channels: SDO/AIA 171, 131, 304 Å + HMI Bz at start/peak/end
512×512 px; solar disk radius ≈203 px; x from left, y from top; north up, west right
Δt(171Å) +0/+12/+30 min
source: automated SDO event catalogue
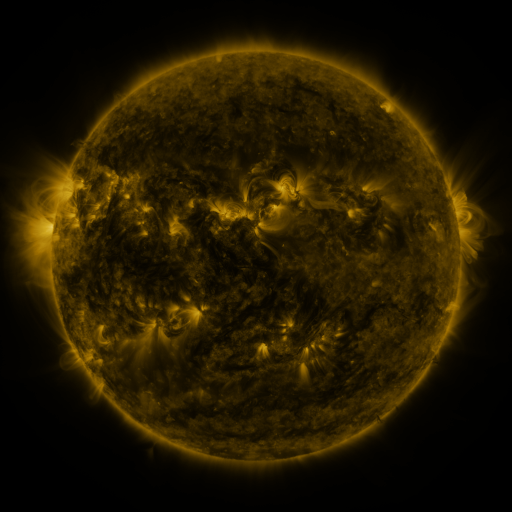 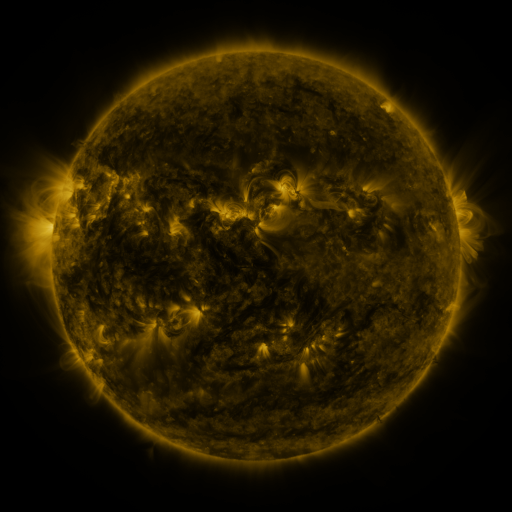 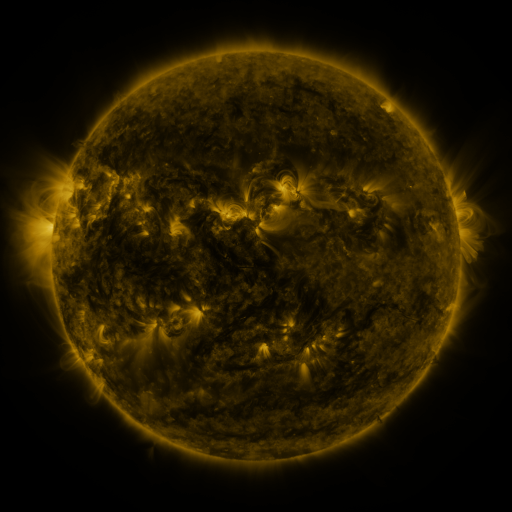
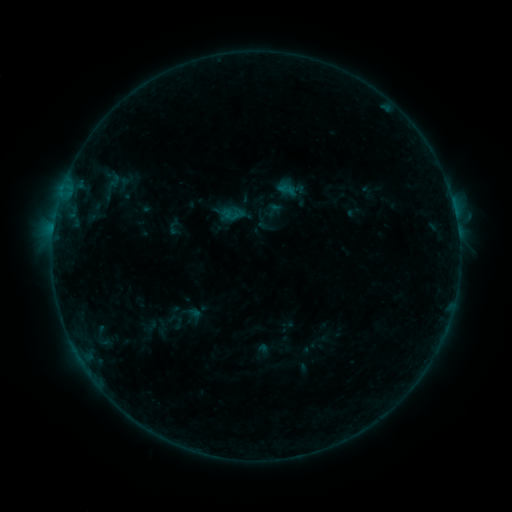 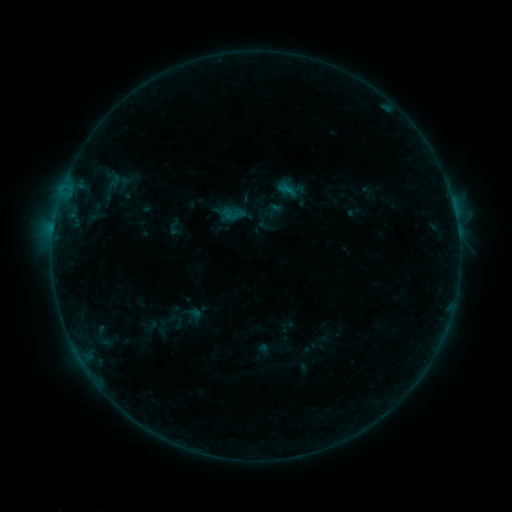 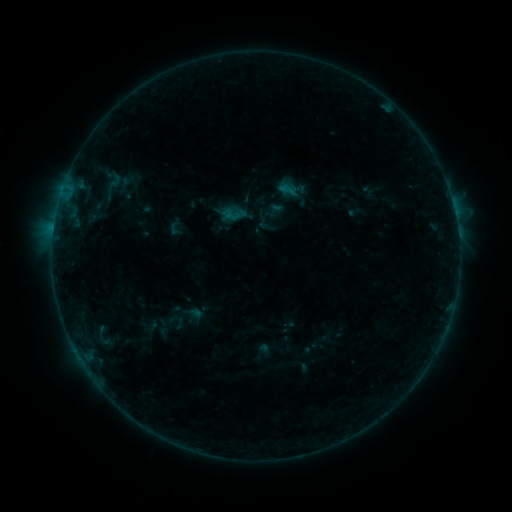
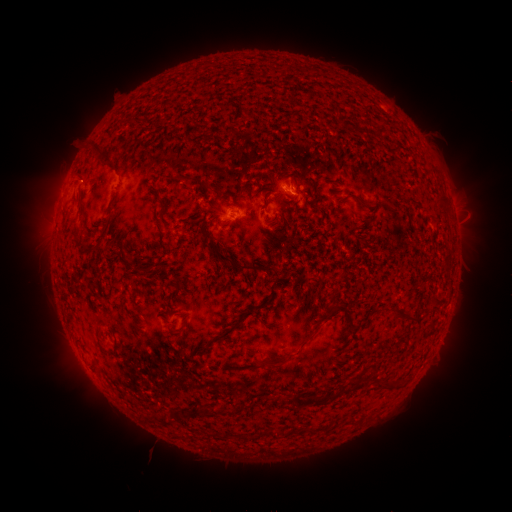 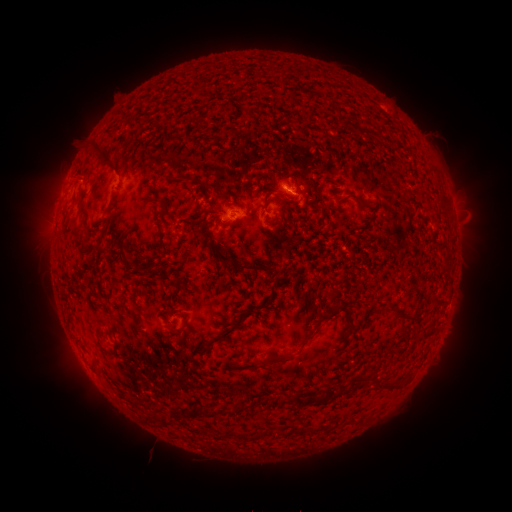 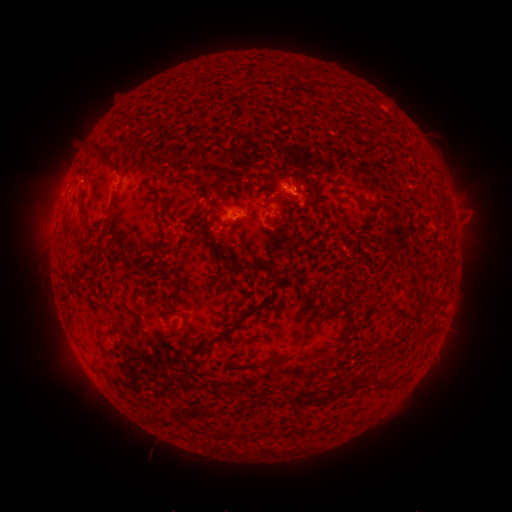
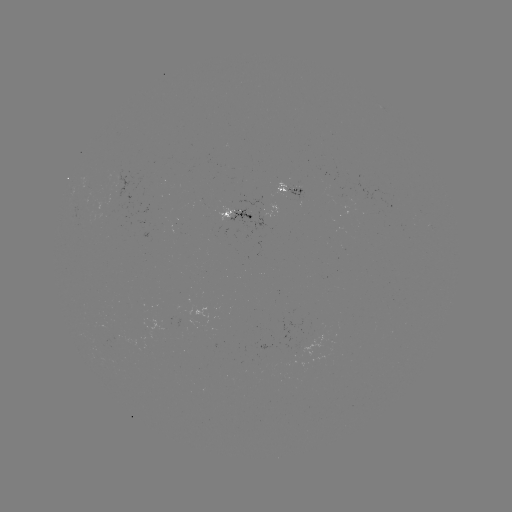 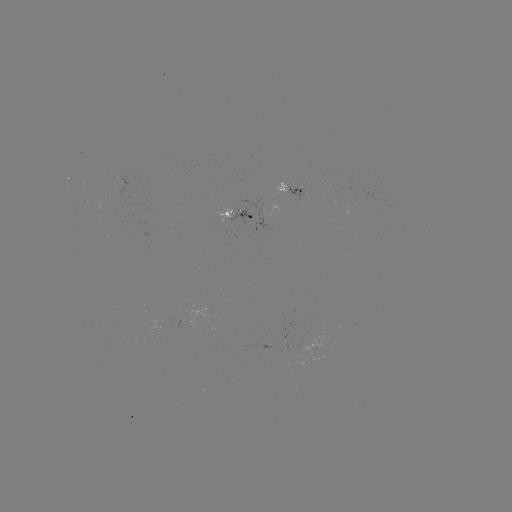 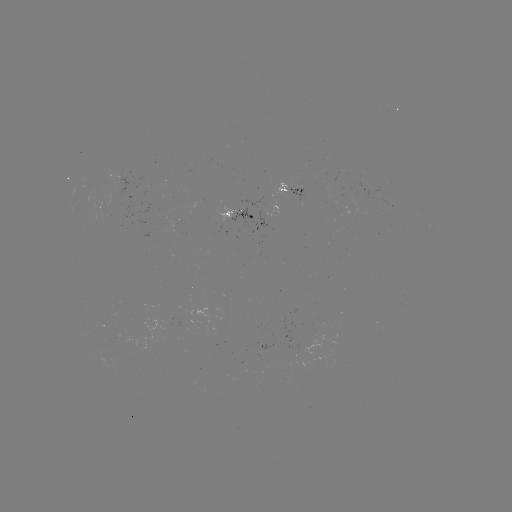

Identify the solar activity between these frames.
no catalogued flare and no flagged EUV brightening in this window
